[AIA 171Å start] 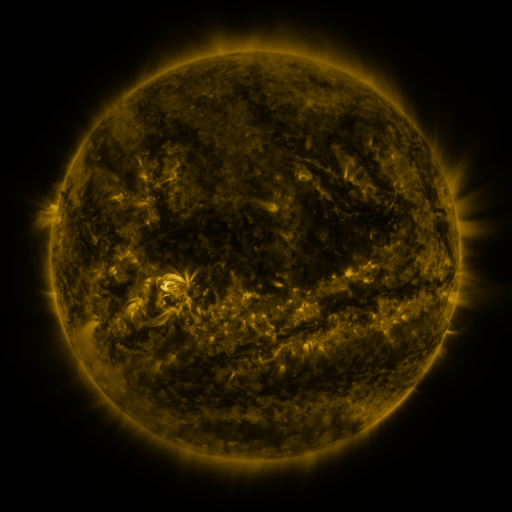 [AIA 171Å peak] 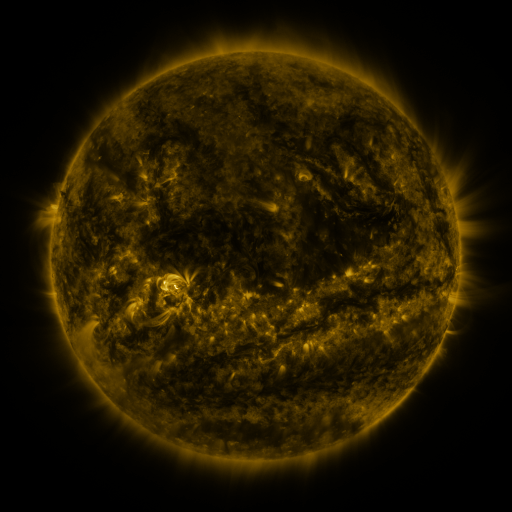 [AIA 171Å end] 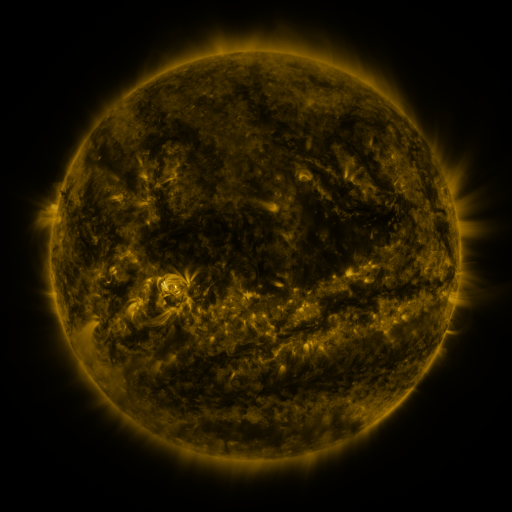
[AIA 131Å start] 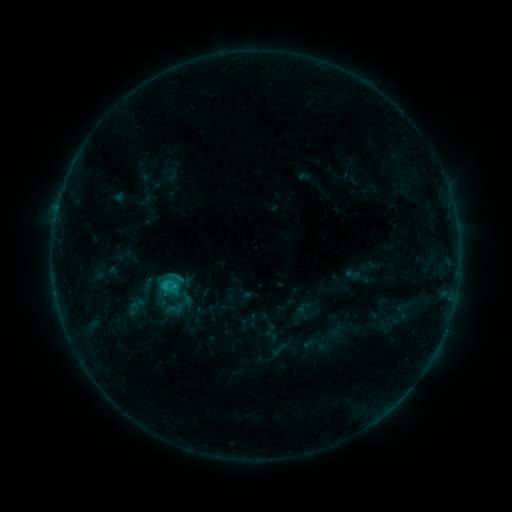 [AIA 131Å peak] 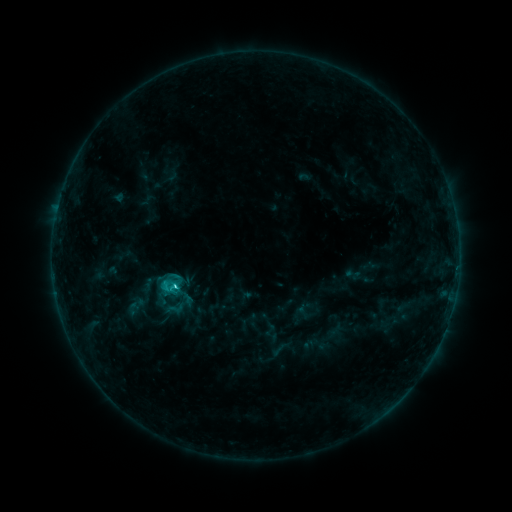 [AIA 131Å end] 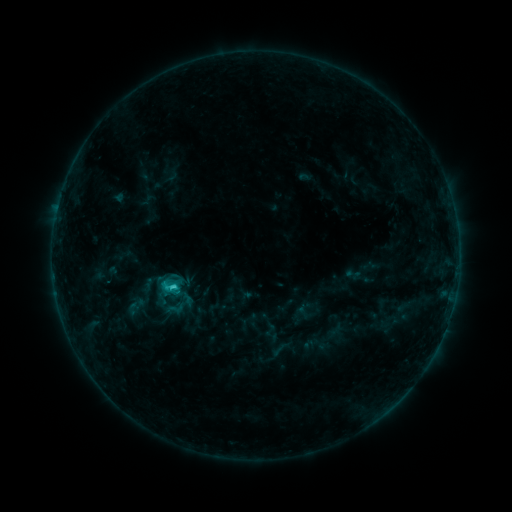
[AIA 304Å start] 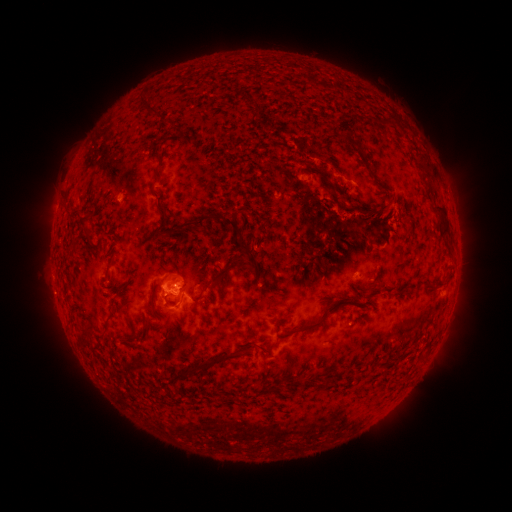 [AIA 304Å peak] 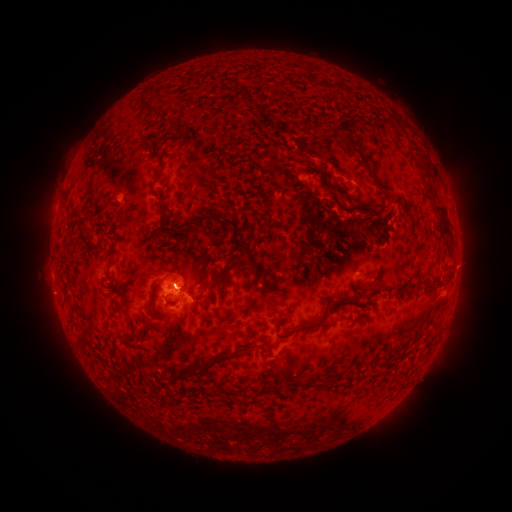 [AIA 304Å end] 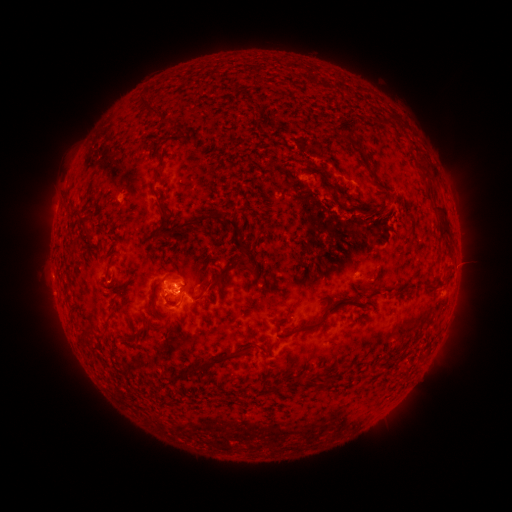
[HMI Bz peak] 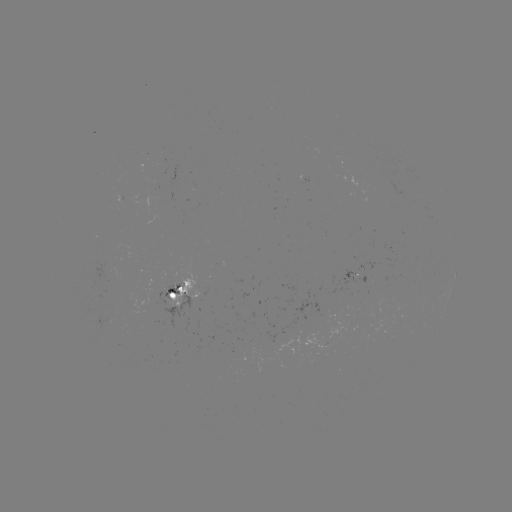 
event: flare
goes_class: C1.8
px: (175, 285)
